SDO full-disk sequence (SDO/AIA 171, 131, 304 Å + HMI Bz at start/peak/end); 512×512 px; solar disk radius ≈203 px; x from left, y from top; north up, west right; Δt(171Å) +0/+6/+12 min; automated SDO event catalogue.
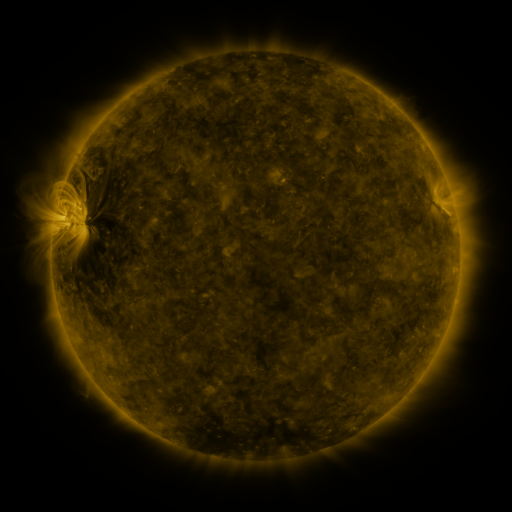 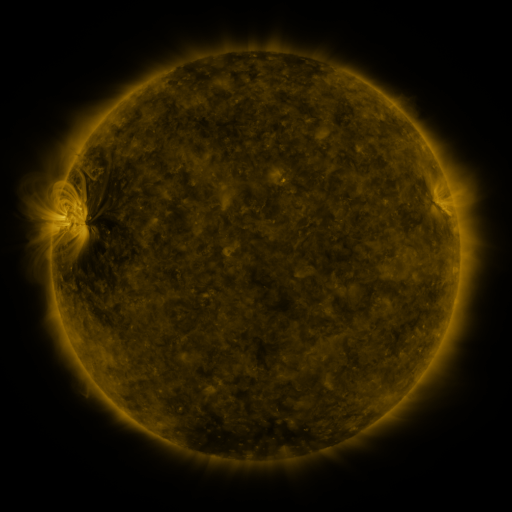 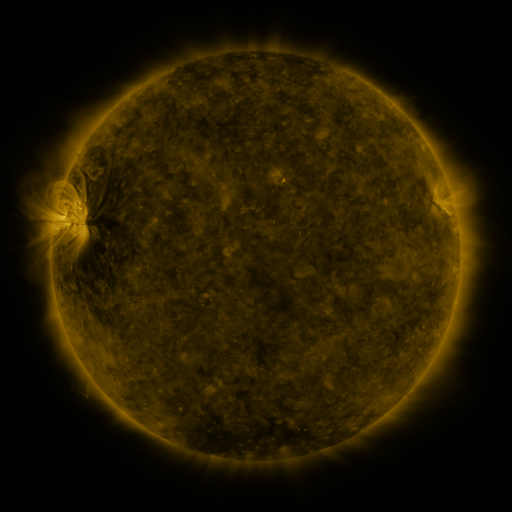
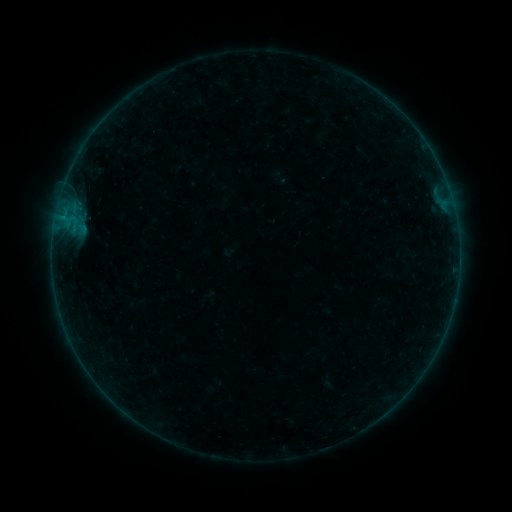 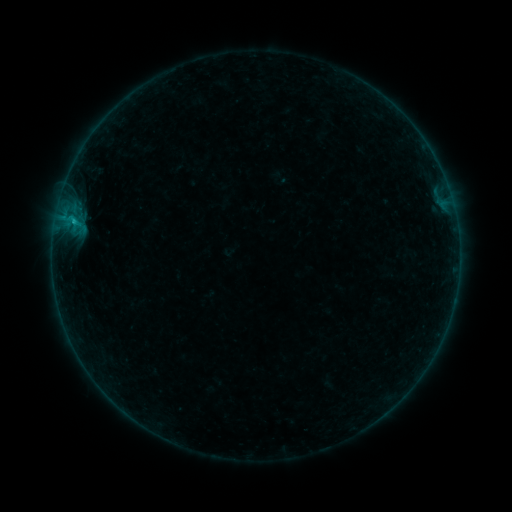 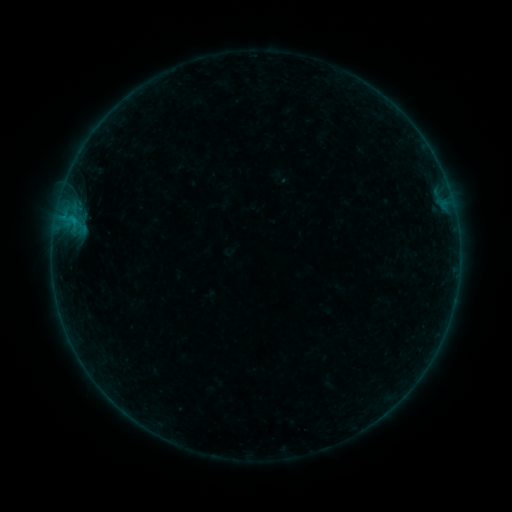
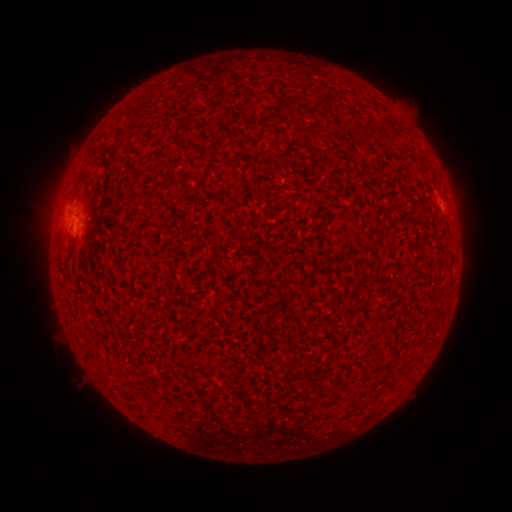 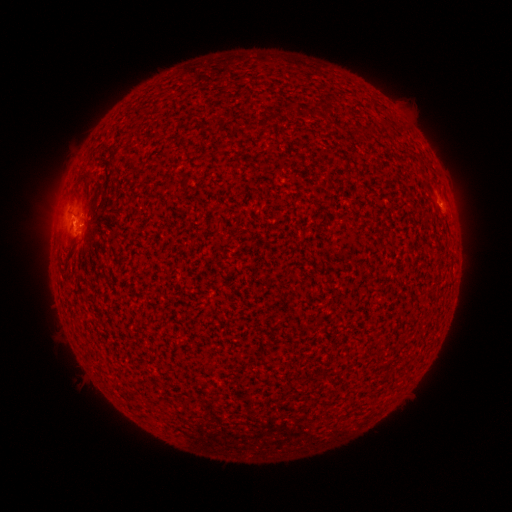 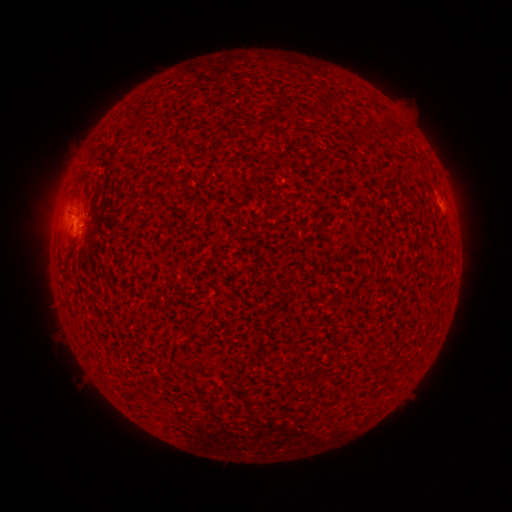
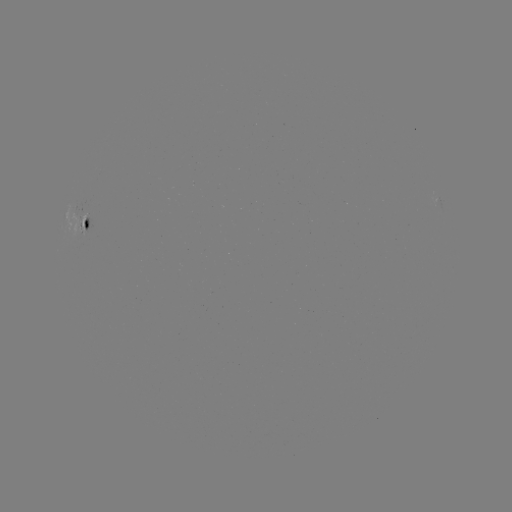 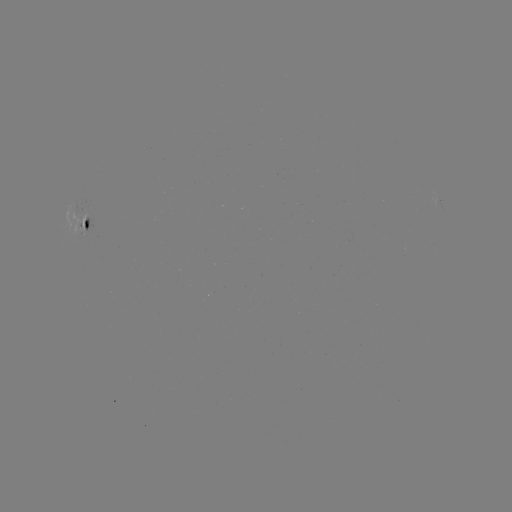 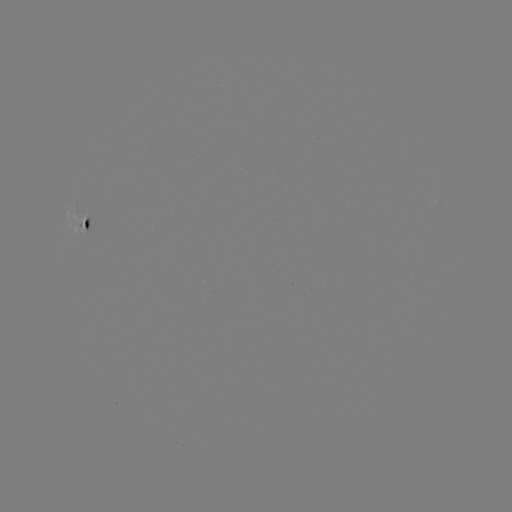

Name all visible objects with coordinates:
B3.3 flare: (74, 221)
